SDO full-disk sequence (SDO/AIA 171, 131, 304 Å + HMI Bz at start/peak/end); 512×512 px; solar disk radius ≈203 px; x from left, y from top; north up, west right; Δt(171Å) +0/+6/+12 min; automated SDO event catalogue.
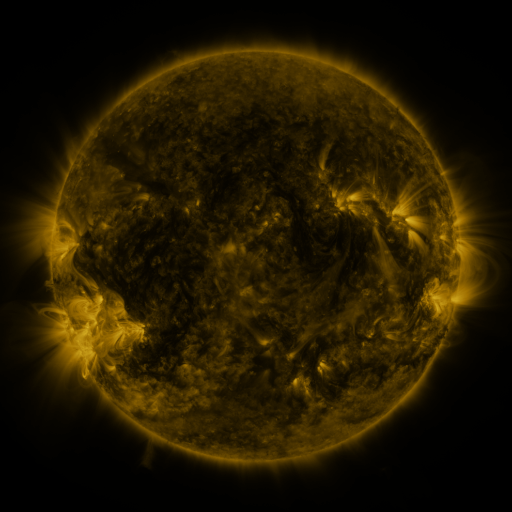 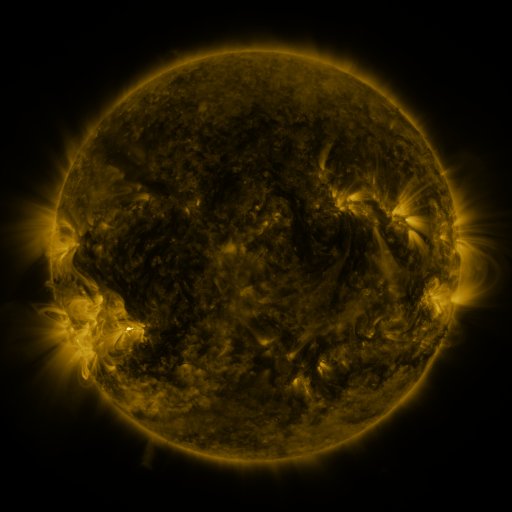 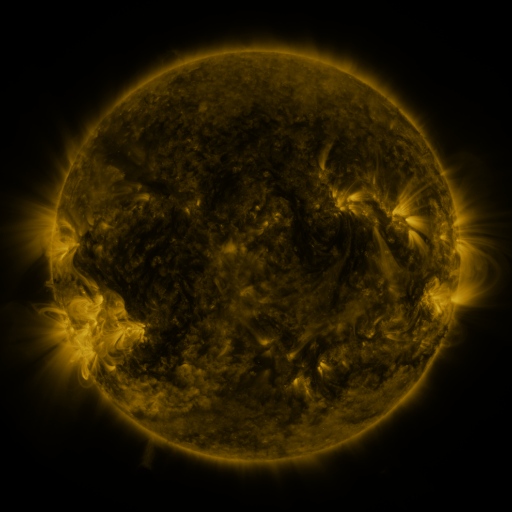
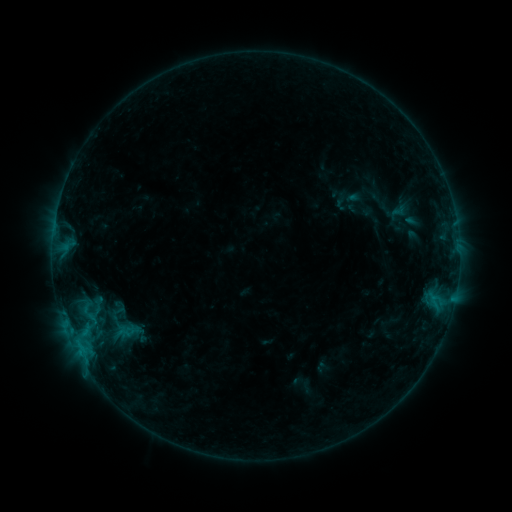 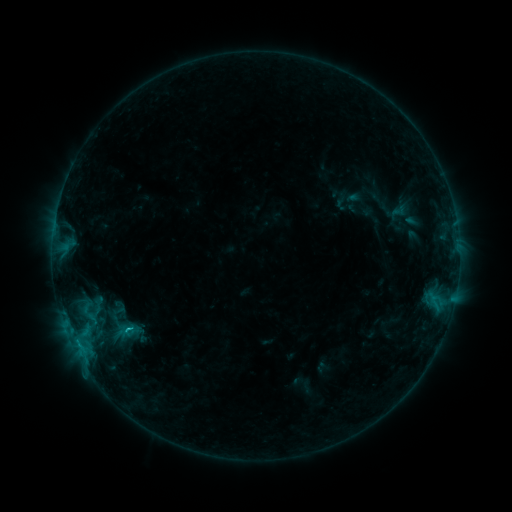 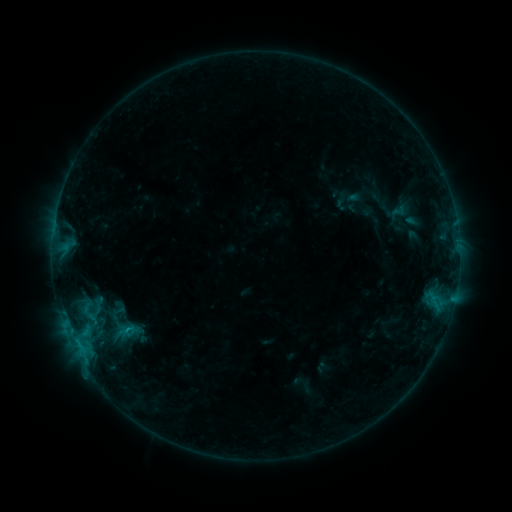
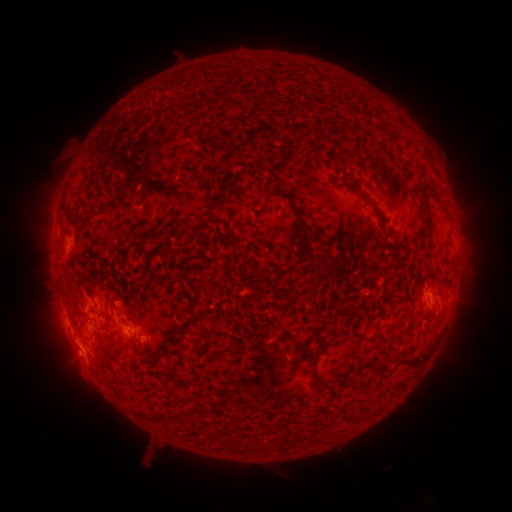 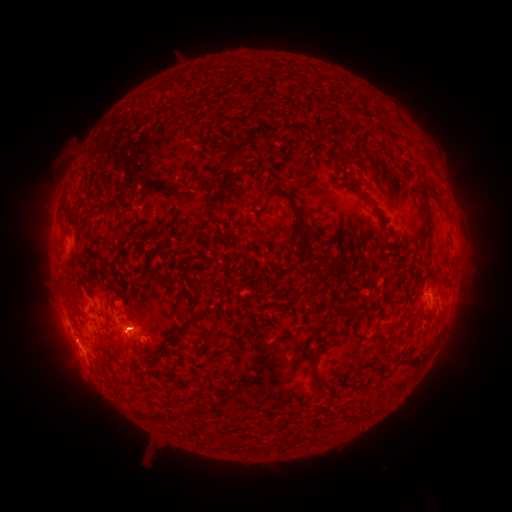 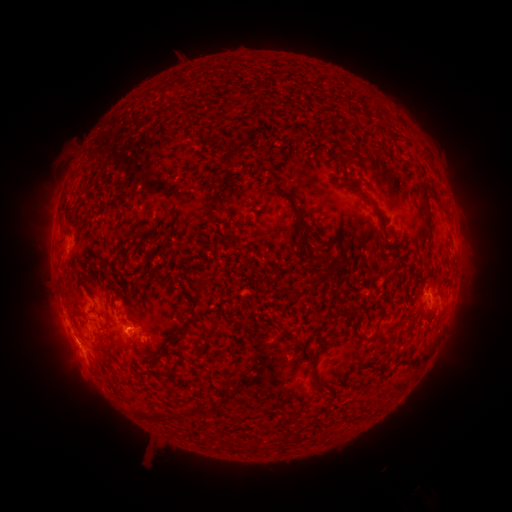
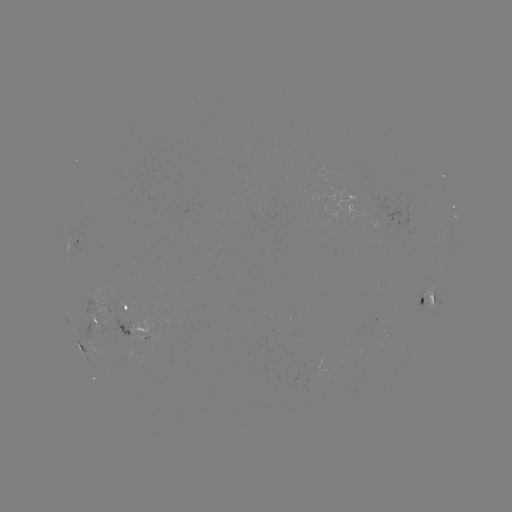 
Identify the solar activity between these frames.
B7.0 flare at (132, 328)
